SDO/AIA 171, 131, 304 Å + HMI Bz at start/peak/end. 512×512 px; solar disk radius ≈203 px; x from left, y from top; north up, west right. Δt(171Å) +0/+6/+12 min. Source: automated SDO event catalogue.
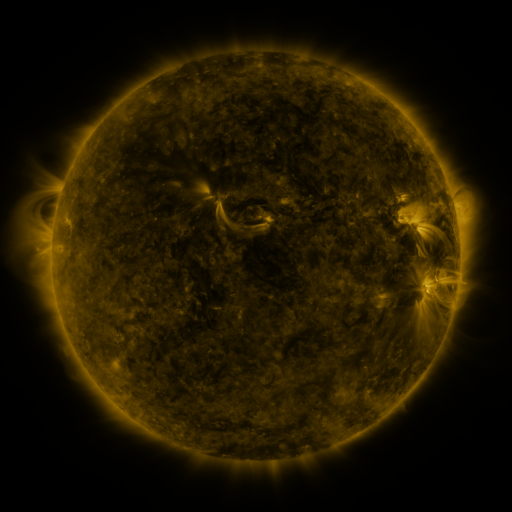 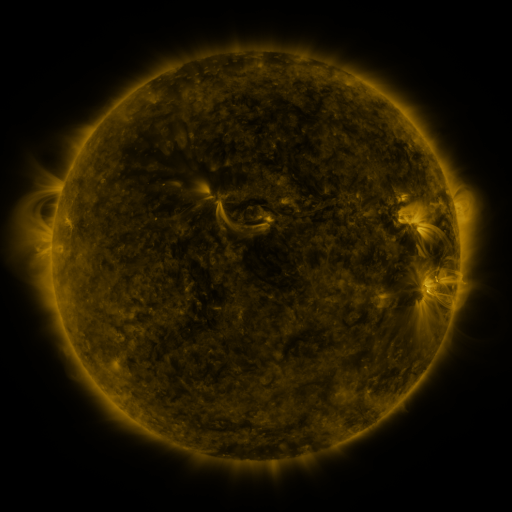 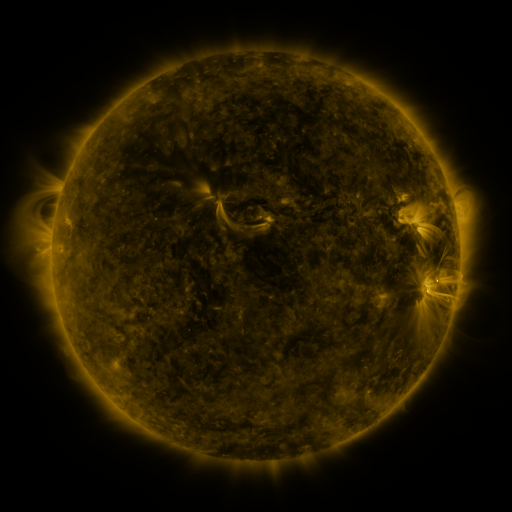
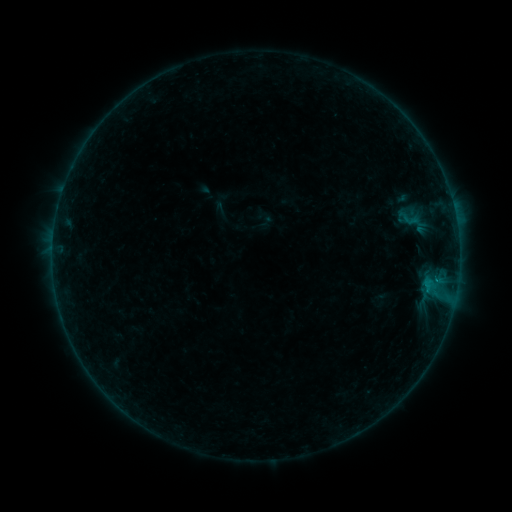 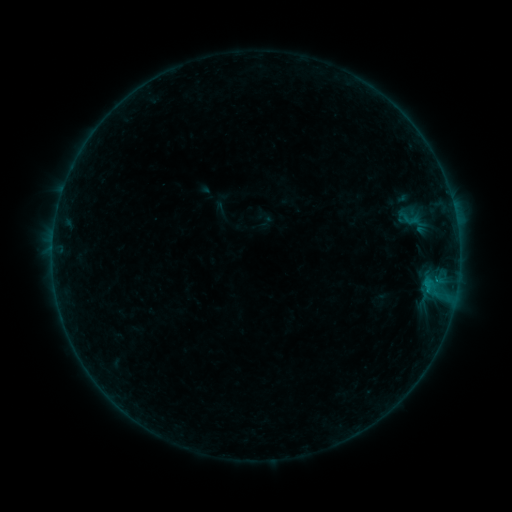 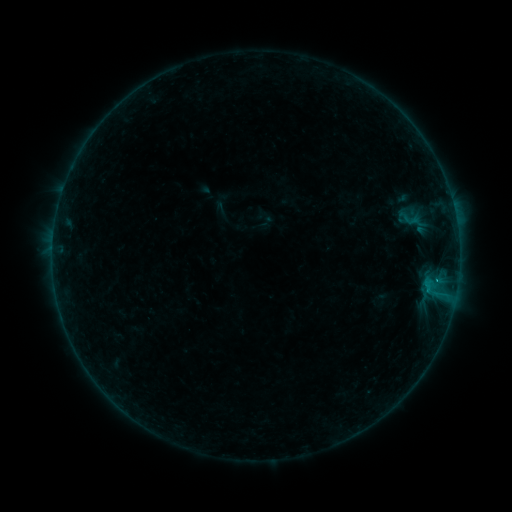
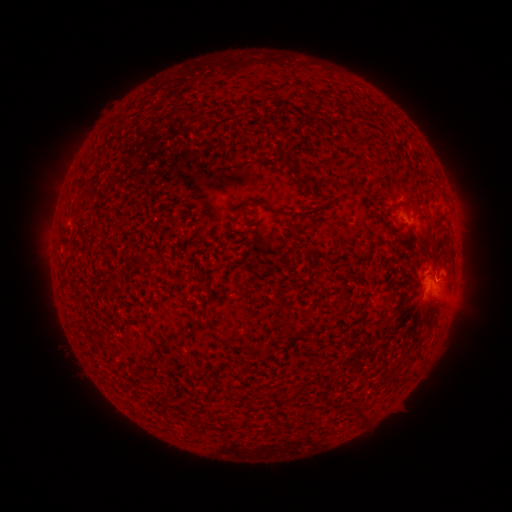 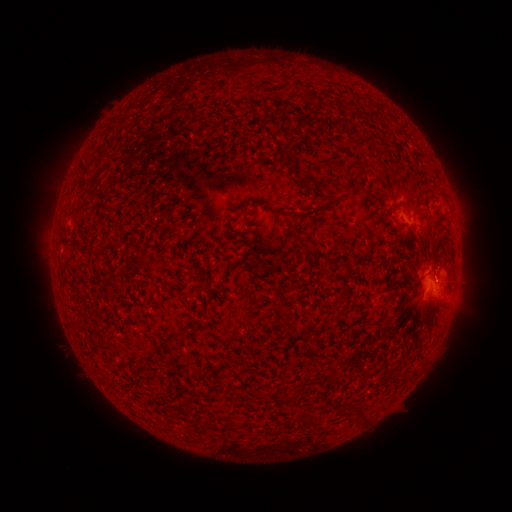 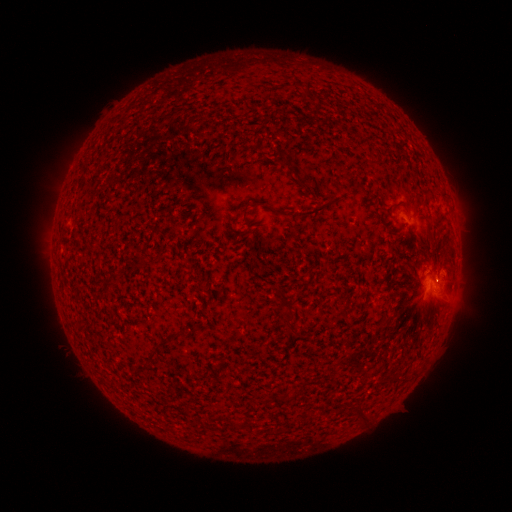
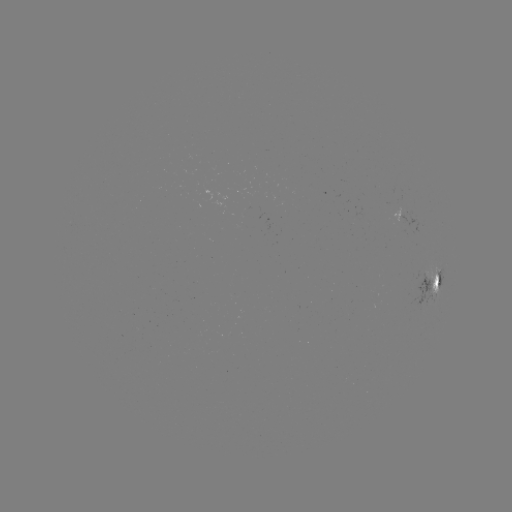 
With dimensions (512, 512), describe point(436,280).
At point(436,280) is C1.1 flare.